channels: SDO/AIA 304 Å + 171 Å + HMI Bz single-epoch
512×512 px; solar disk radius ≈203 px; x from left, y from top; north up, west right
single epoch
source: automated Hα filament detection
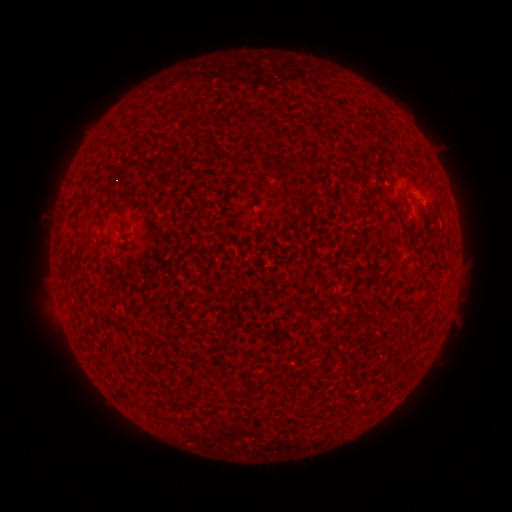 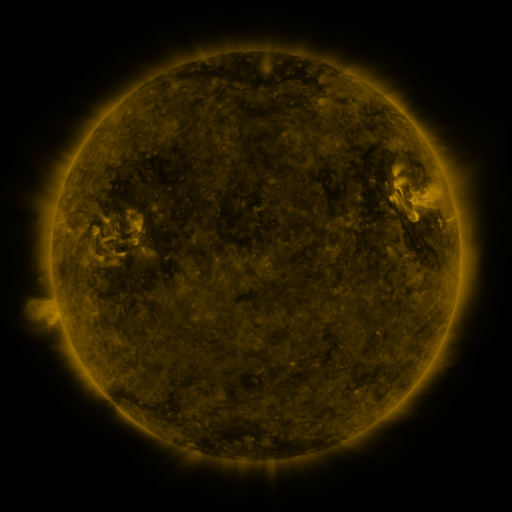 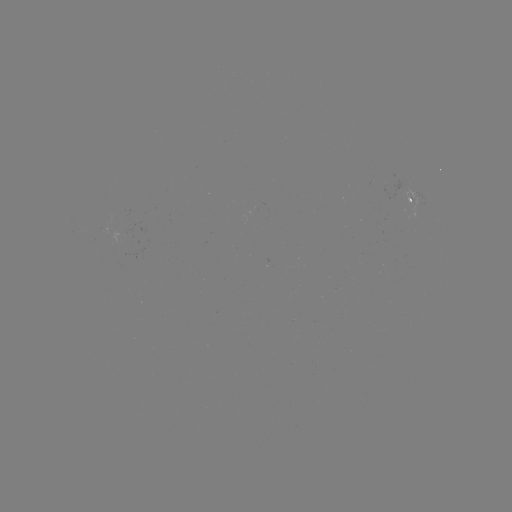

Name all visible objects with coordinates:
filament: <bbox>249, 108, 259, 116</bbox>
filament: <bbox>114, 161, 159, 187</bbox>
filament: <bbox>402, 170, 410, 179</bbox>
filament: <bbox>108, 197, 122, 217</bbox>
filament: <bbox>261, 376, 276, 386</bbox>
filament: <bbox>121, 390, 133, 402</bbox>
filament: <bbox>152, 408, 162, 418</bbox>
